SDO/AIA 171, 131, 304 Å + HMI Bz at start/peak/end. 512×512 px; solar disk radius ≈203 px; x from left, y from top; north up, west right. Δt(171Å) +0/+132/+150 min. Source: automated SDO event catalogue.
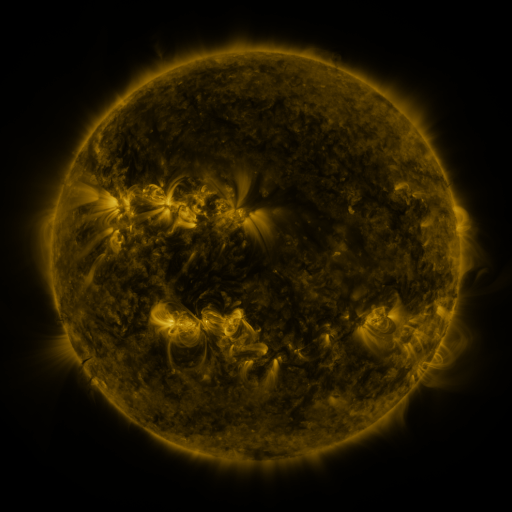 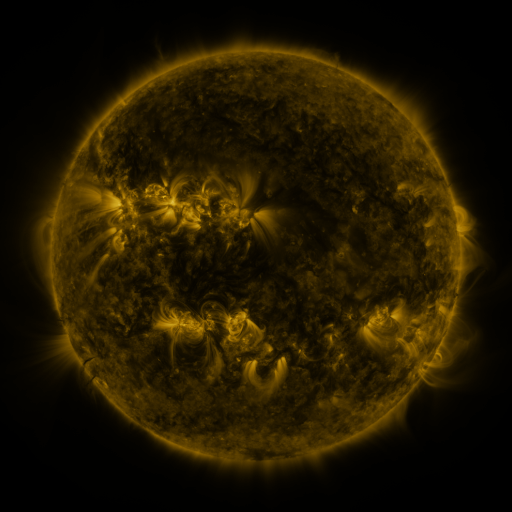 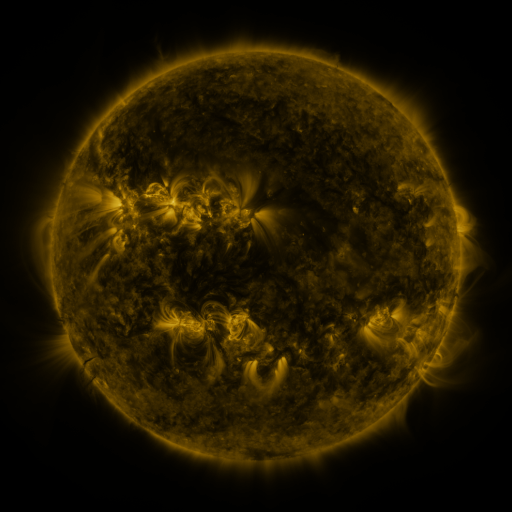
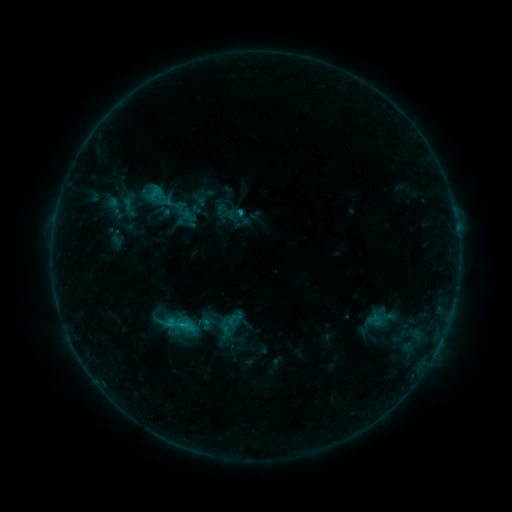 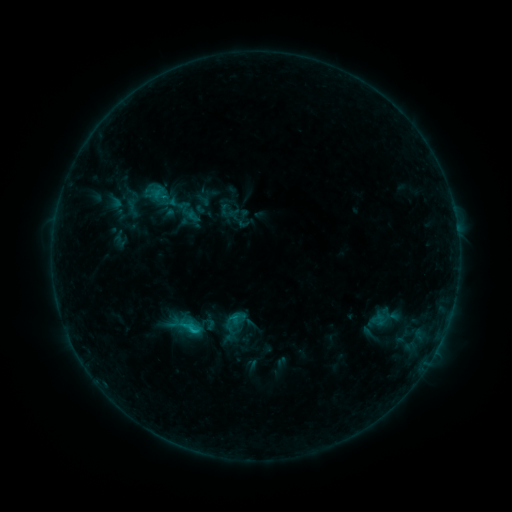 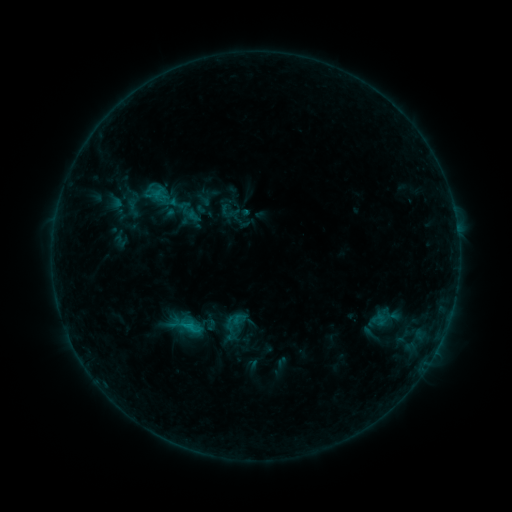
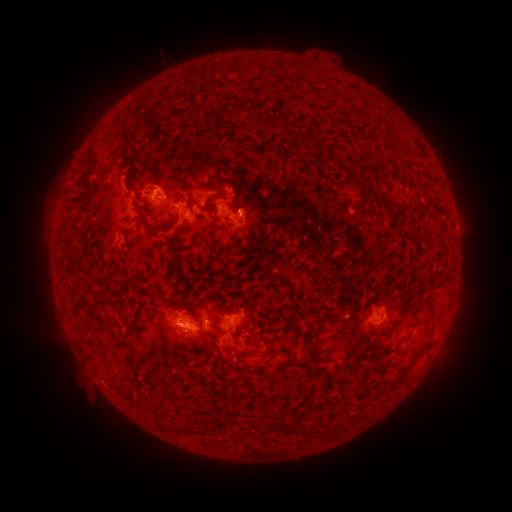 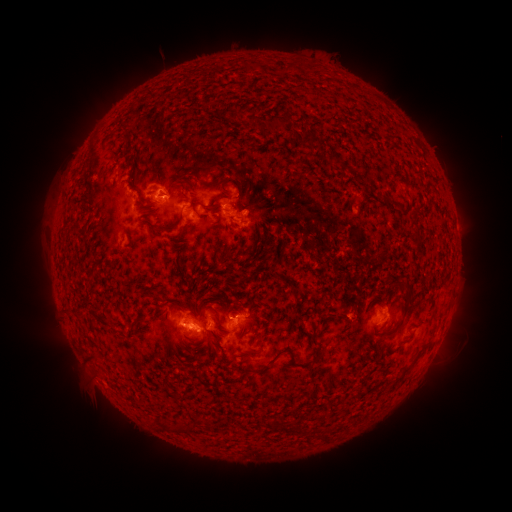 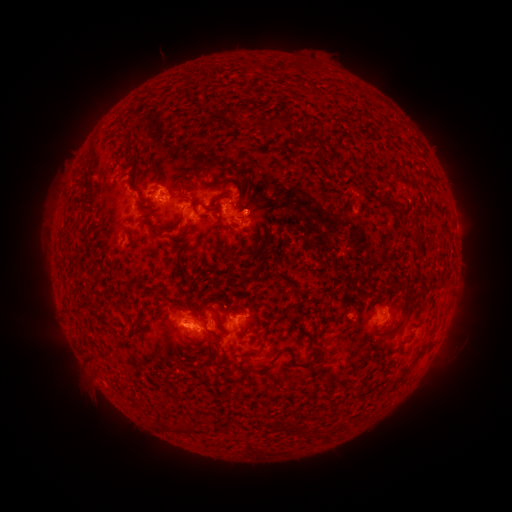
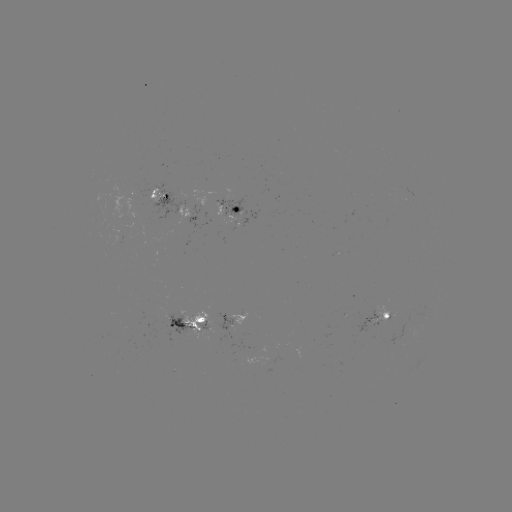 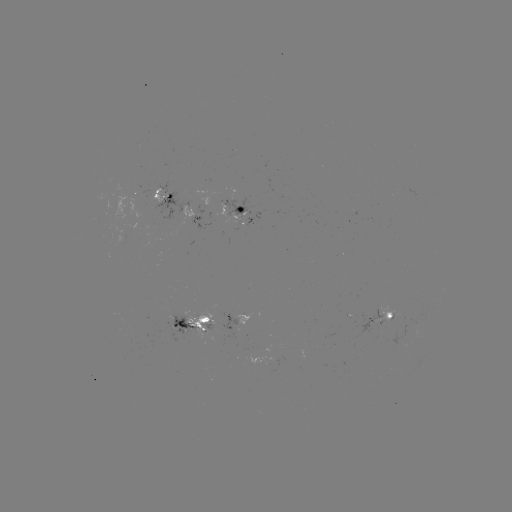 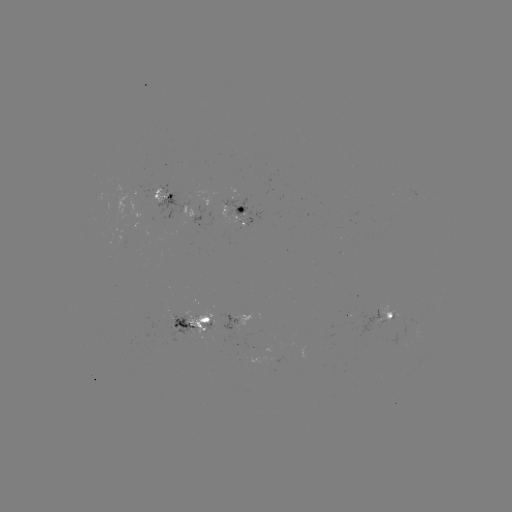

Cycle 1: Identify emerging-flux region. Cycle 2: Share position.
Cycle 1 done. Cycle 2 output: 208,328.